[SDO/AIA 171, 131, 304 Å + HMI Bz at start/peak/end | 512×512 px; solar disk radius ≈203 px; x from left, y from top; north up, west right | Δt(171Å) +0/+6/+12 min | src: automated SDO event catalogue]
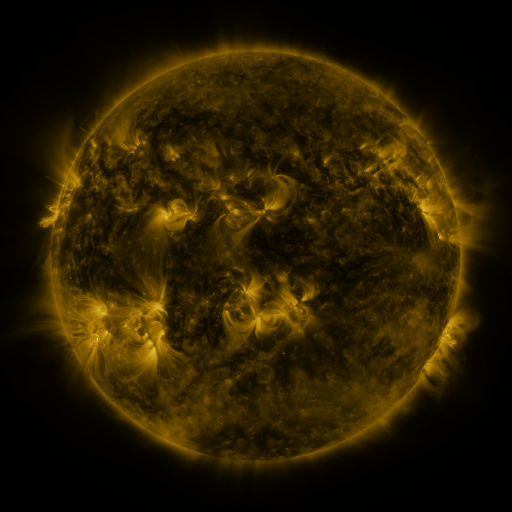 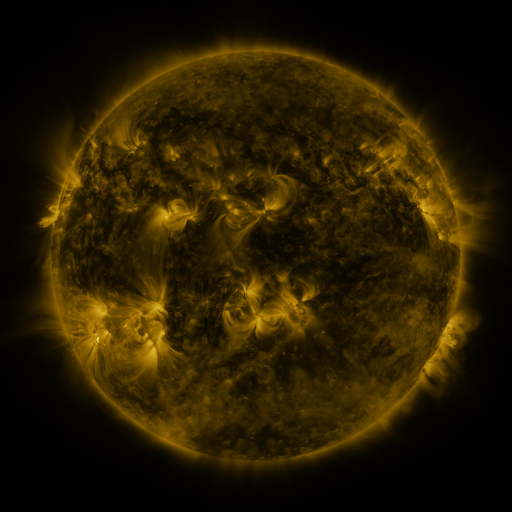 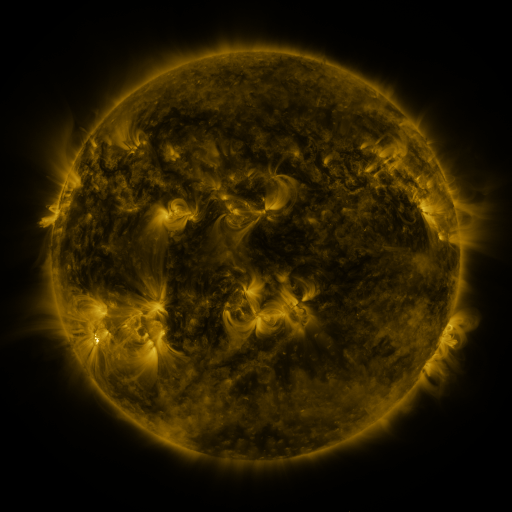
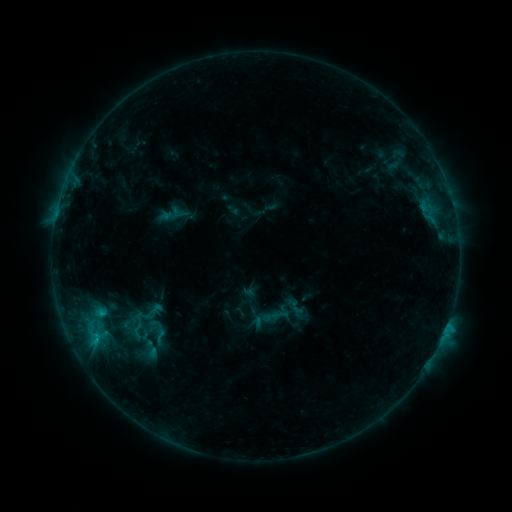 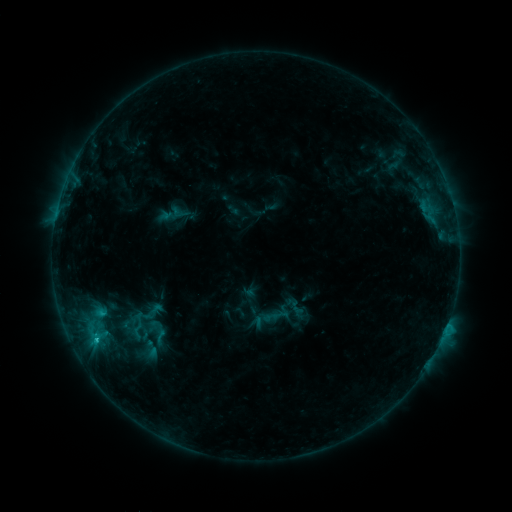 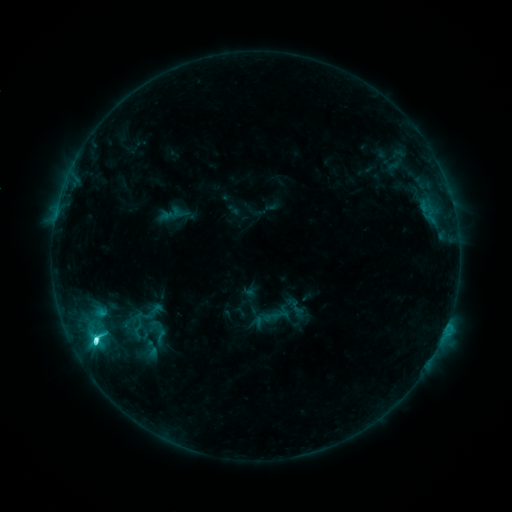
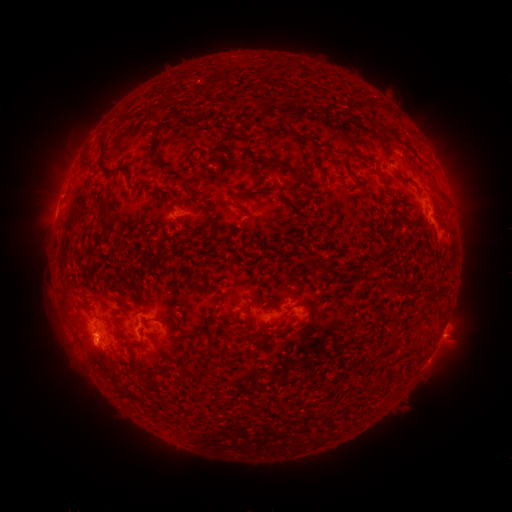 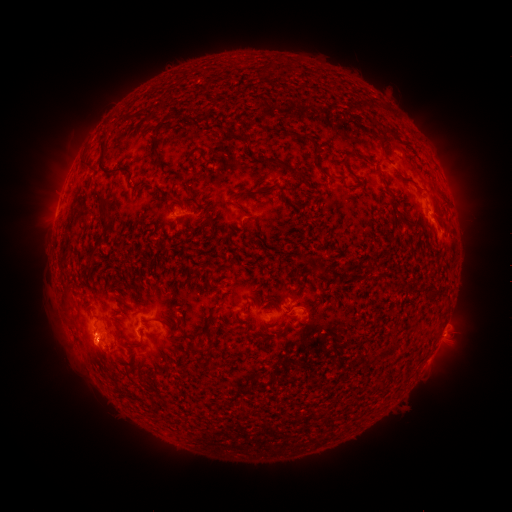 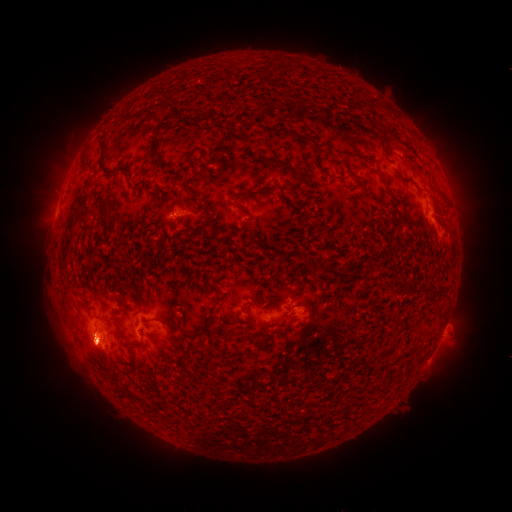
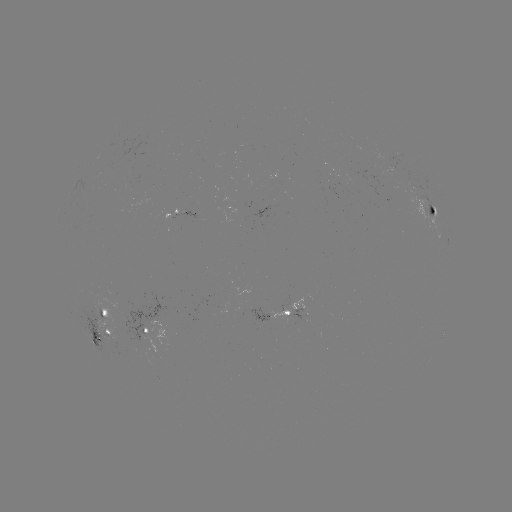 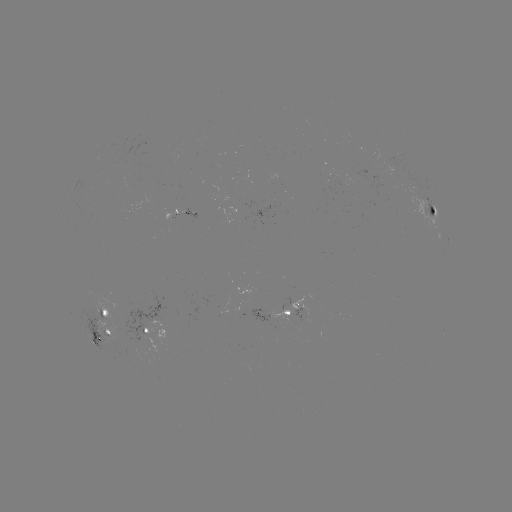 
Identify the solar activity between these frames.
C8.4 flare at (96, 337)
